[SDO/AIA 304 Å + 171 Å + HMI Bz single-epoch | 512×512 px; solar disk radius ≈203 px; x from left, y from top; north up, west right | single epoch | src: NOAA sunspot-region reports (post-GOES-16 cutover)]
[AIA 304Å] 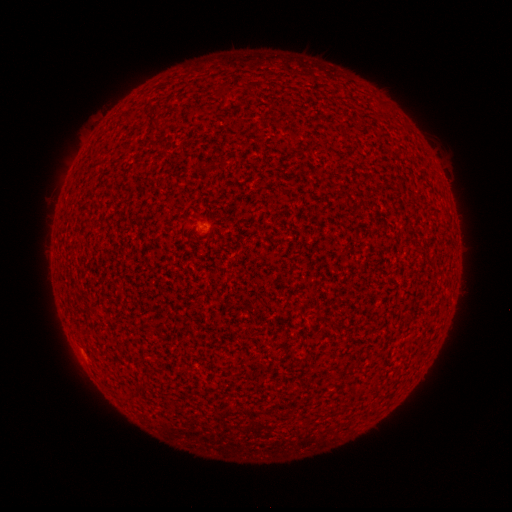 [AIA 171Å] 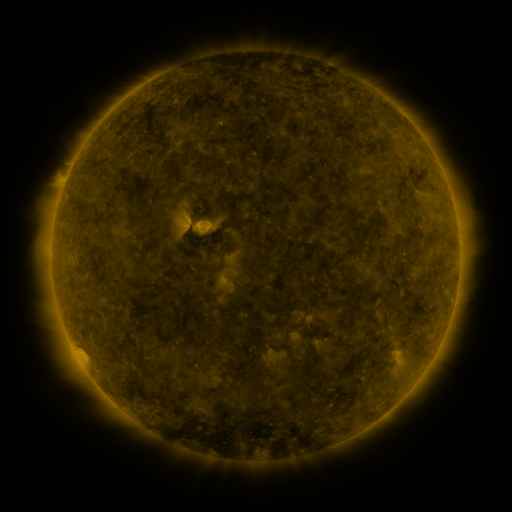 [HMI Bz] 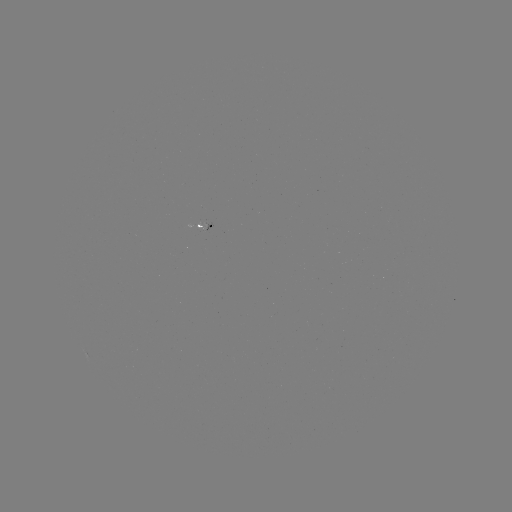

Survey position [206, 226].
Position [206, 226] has spotted active region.